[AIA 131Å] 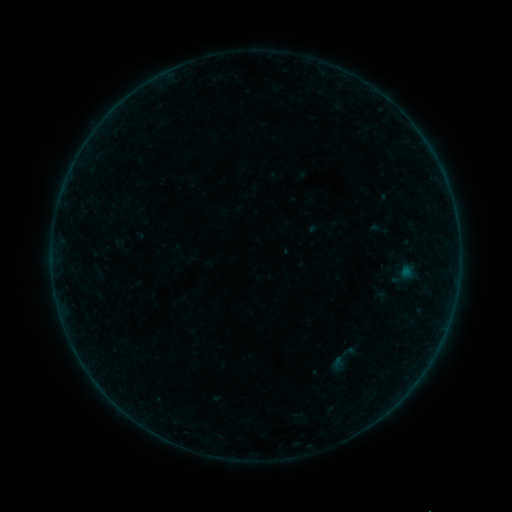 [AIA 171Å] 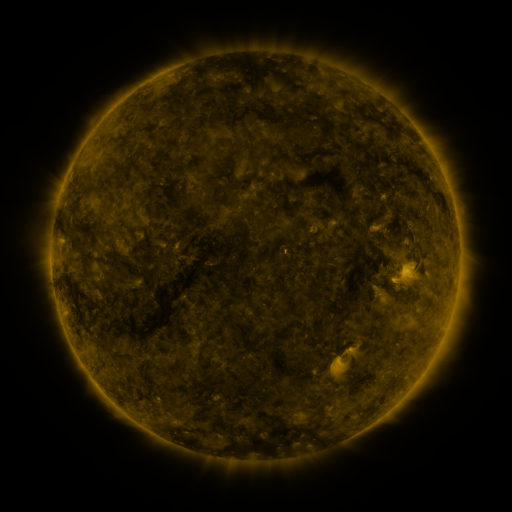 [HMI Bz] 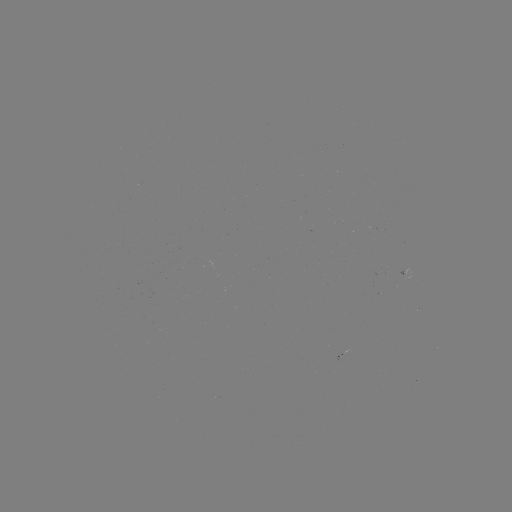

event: sigmoid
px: (345, 357)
